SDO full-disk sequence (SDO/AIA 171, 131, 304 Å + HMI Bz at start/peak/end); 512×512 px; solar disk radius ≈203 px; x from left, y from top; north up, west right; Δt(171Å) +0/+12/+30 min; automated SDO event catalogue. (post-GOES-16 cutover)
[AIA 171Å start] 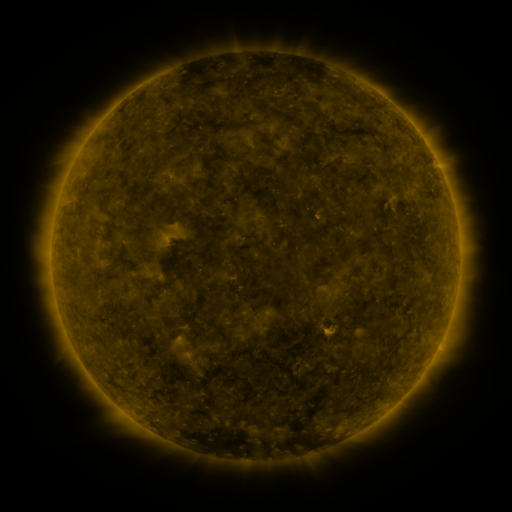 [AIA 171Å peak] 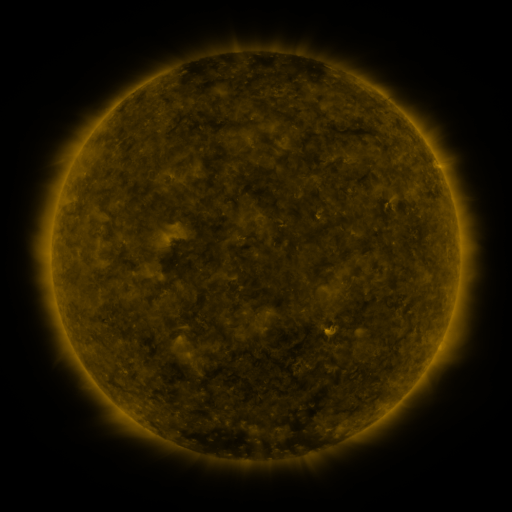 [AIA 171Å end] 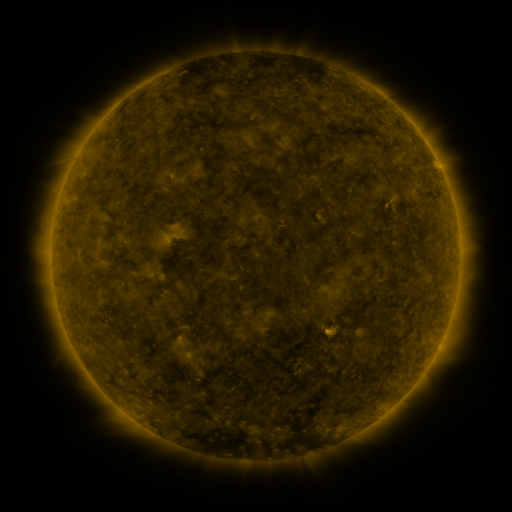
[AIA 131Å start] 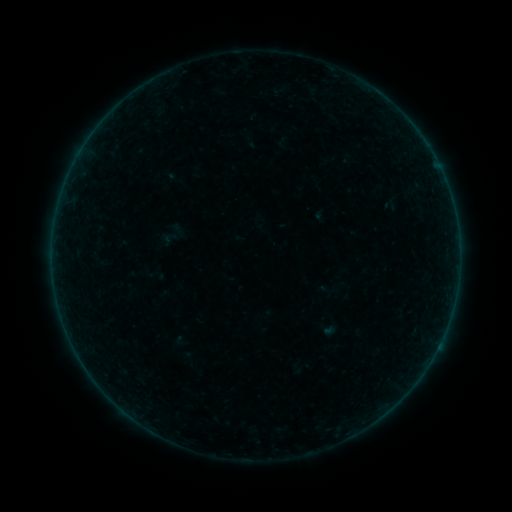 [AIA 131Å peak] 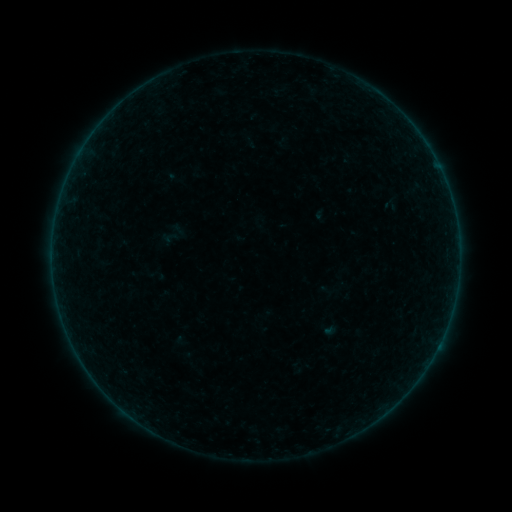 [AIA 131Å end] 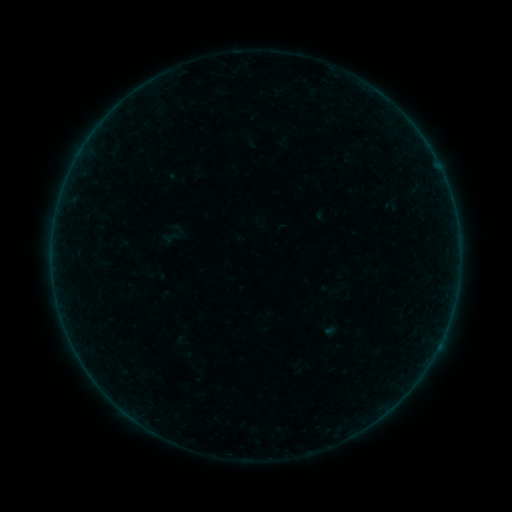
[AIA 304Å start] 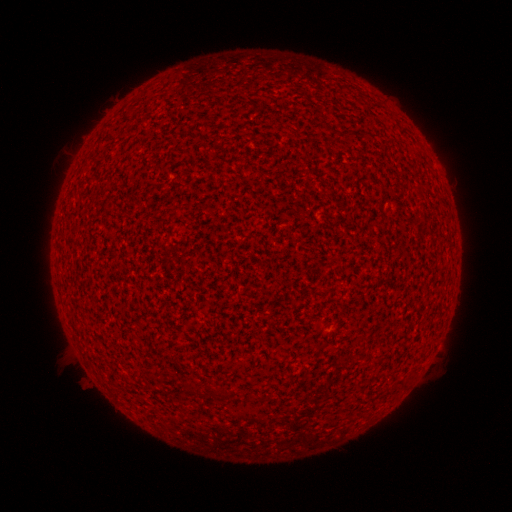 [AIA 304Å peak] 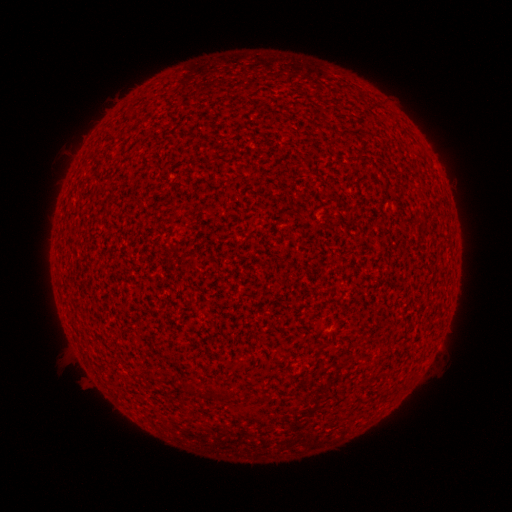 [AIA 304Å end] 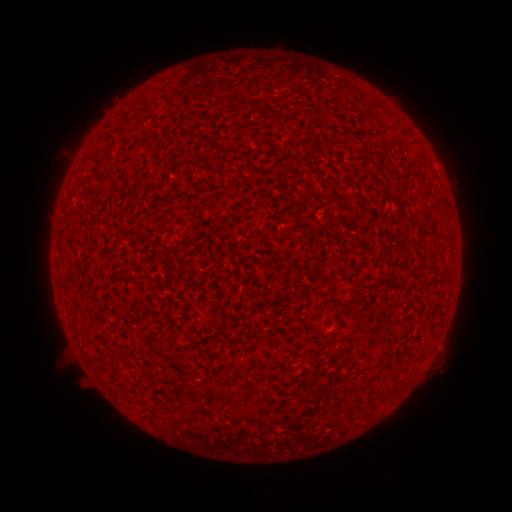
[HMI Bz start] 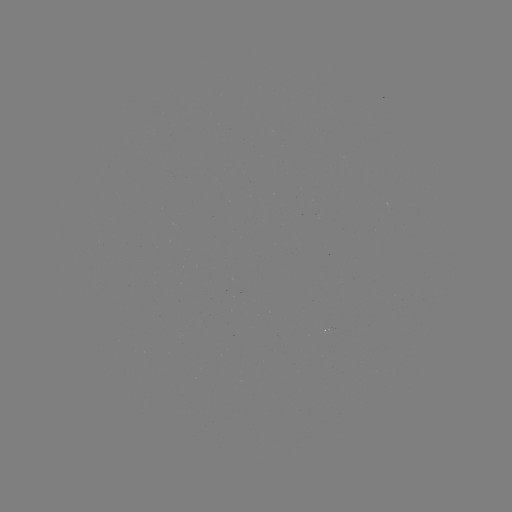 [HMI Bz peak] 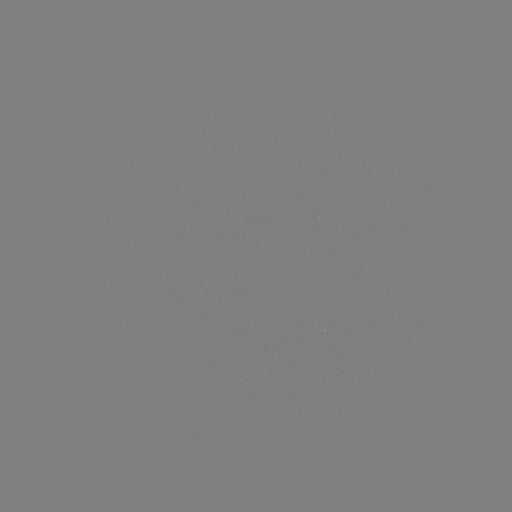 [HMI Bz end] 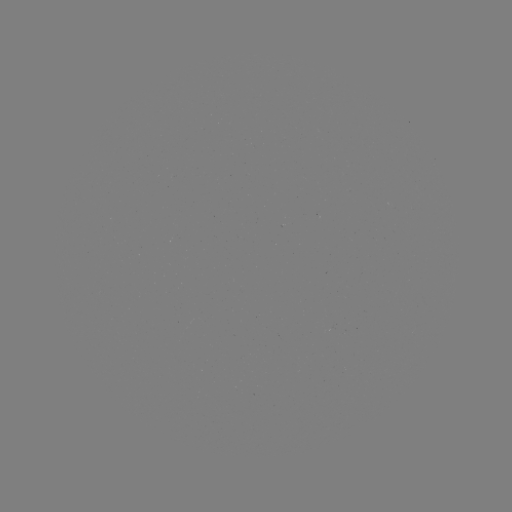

no classed flare was catalogued and no EUV brightening was flagged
